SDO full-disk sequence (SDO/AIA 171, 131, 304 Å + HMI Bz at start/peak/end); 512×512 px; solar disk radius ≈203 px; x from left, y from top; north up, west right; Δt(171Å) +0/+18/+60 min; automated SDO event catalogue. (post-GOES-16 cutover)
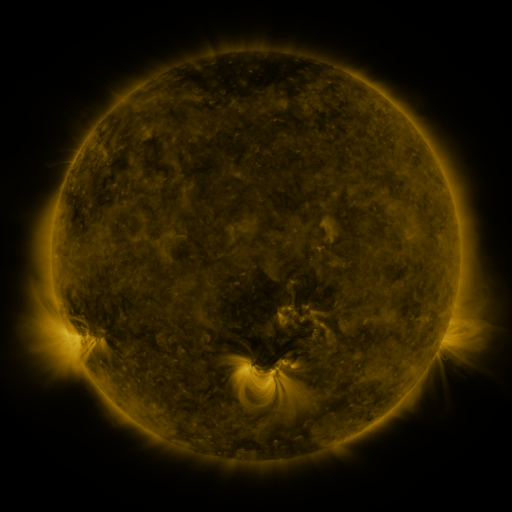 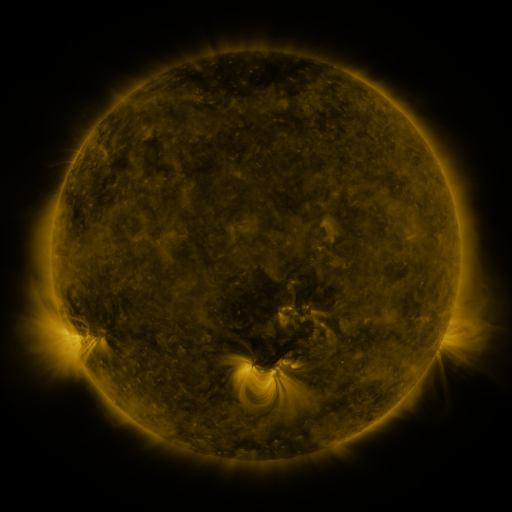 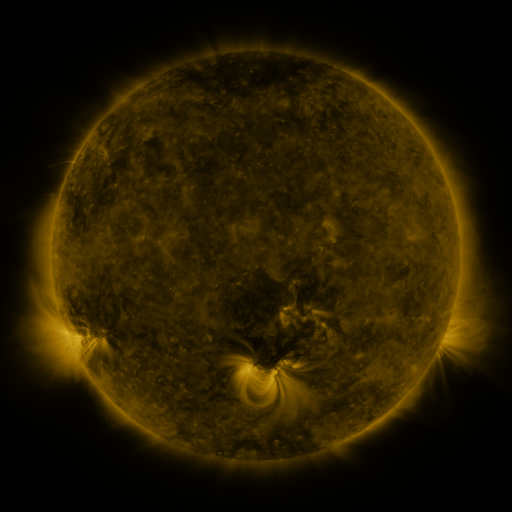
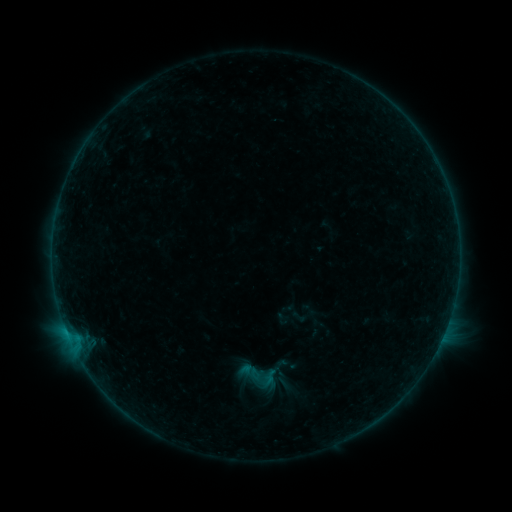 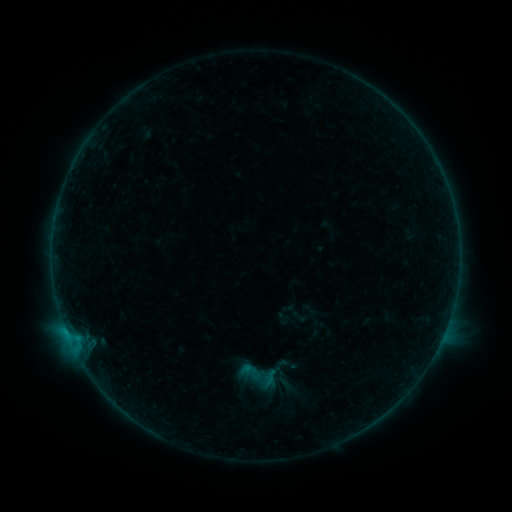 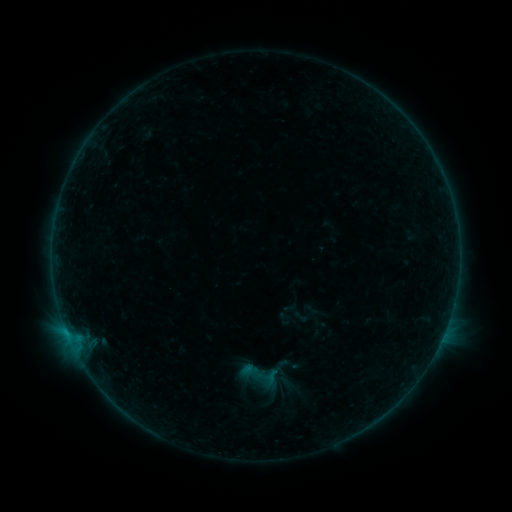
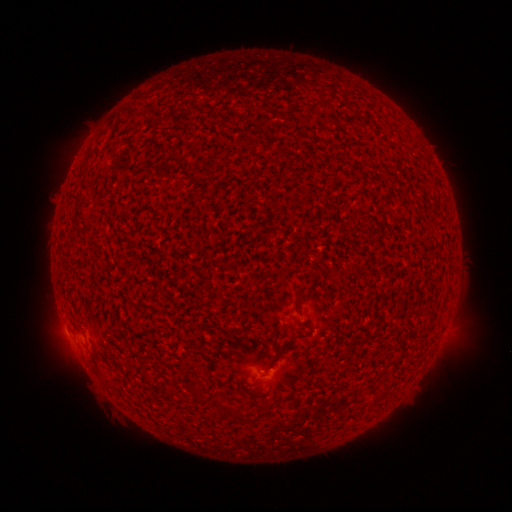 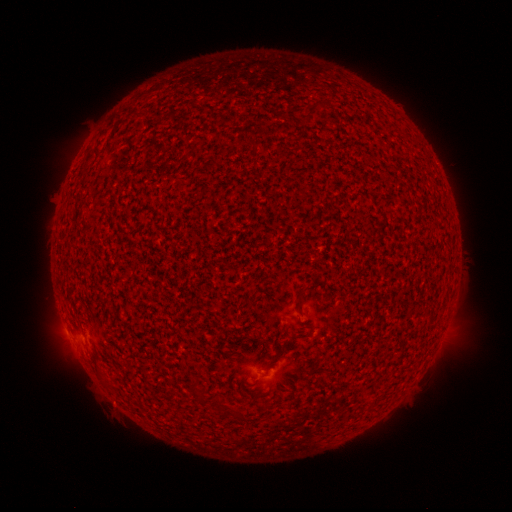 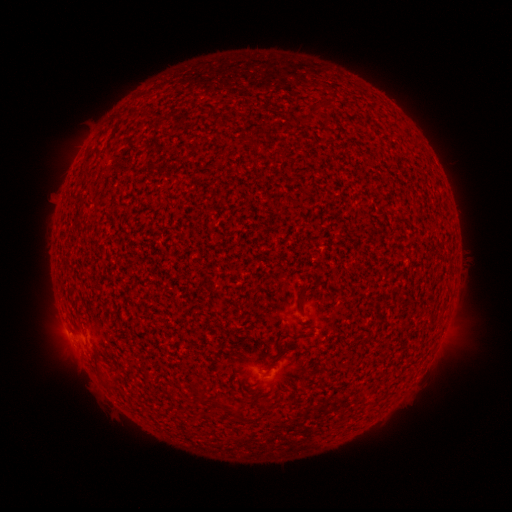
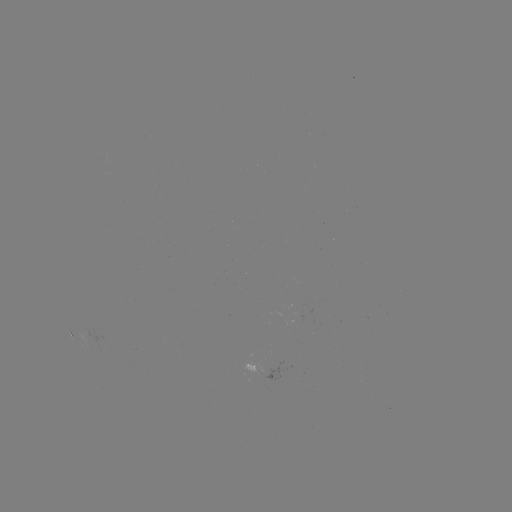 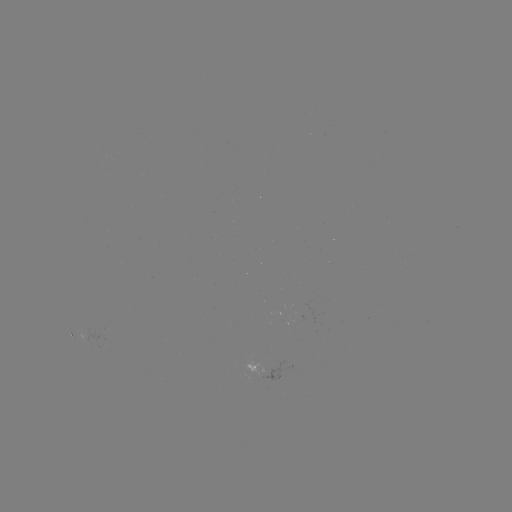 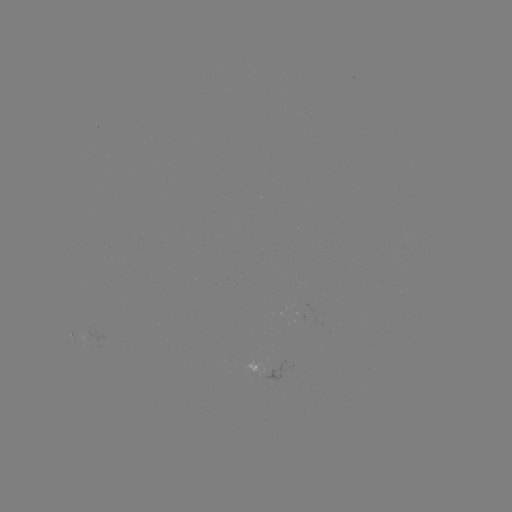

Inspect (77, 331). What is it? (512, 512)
B1.0 flare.